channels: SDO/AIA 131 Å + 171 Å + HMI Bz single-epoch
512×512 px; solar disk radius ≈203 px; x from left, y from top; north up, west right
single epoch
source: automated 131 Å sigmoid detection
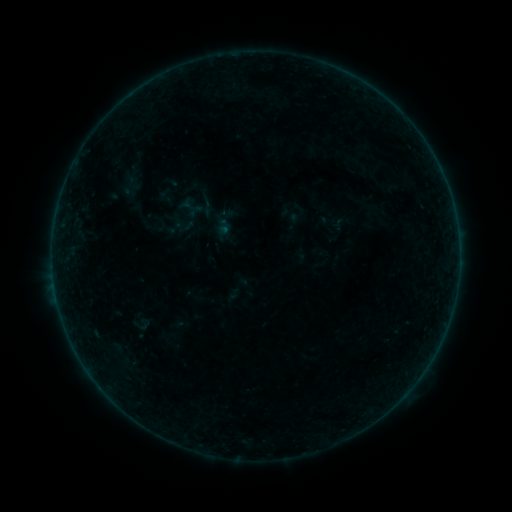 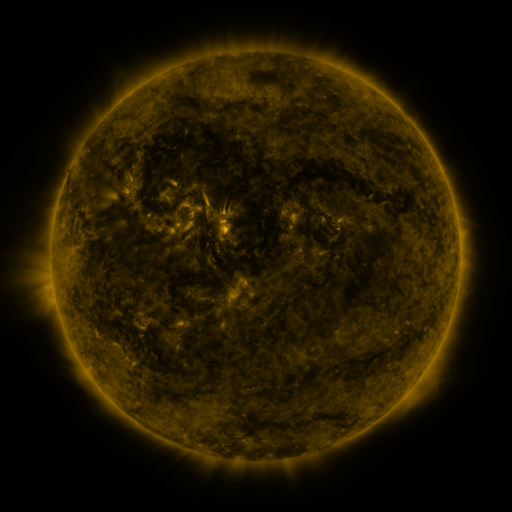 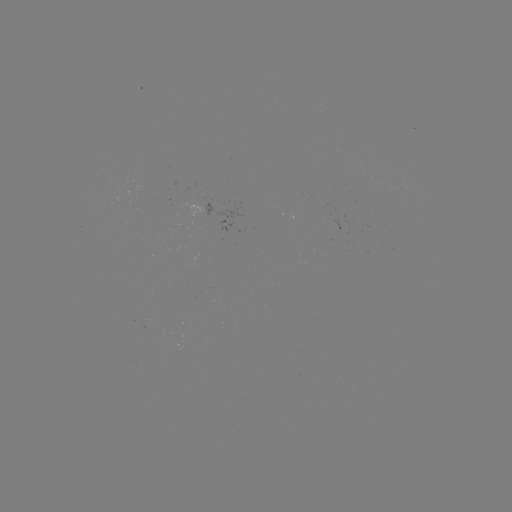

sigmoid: <bbox>196, 194, 218, 217</bbox>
